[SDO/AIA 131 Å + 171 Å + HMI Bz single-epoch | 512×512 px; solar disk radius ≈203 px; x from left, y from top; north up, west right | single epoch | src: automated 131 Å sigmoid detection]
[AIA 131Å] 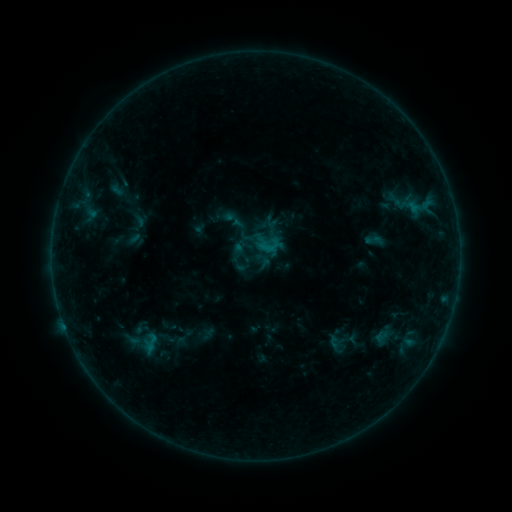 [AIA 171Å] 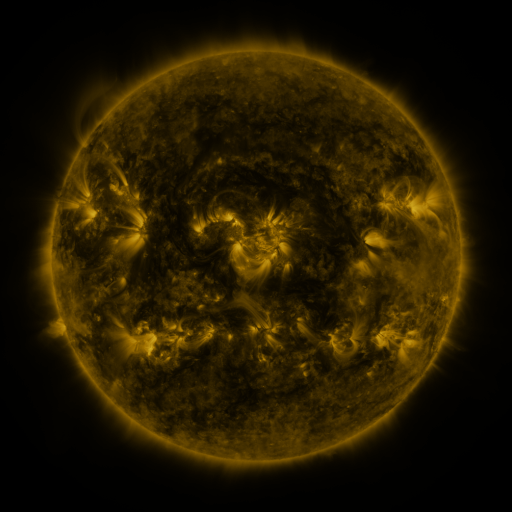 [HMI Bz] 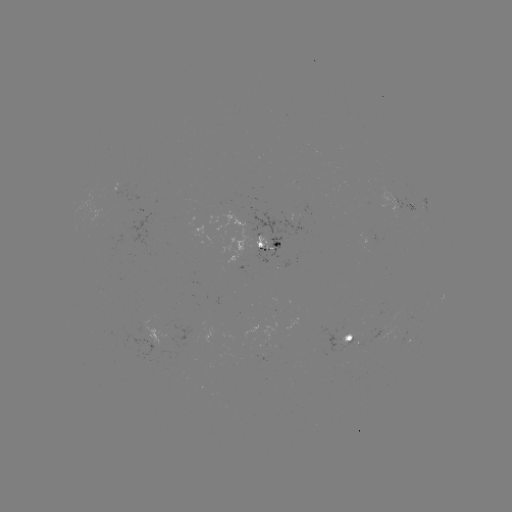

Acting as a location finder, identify sigmoid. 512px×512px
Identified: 151,343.